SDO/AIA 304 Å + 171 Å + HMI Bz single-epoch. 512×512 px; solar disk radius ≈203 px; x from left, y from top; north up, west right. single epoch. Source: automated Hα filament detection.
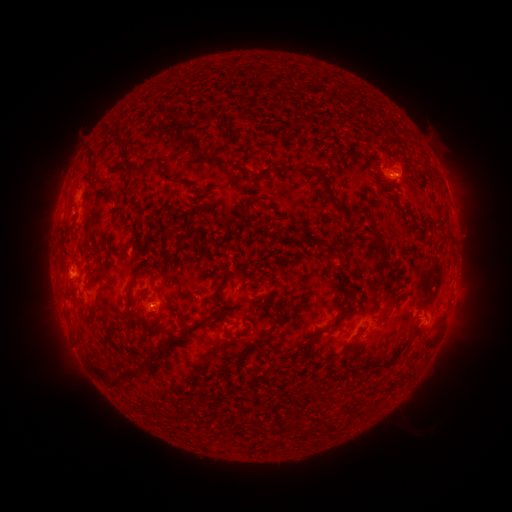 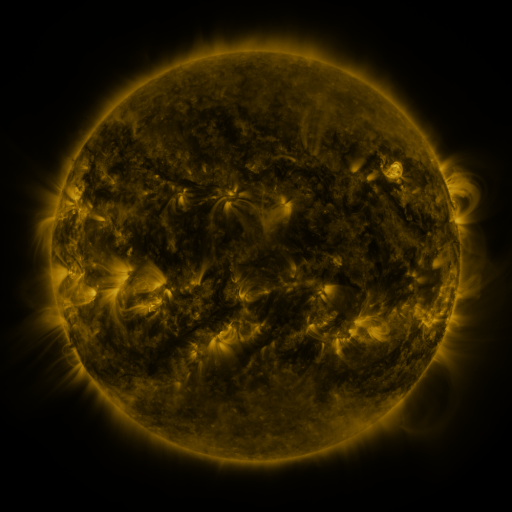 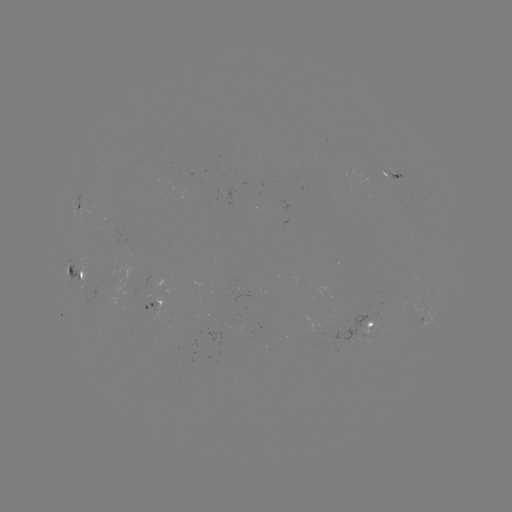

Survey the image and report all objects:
filament: [218, 122, 239, 149]
filament: [111, 133, 134, 165]
filament: [312, 133, 332, 148]
filament: [341, 145, 365, 158]
filament: [85, 150, 94, 174]
filament: [272, 158, 284, 166]
filament: [296, 160, 355, 213]
filament: [122, 165, 148, 178]
filament: [239, 170, 263, 183]
filament: [163, 177, 176, 185]
filament: [180, 181, 195, 189]
filament: [244, 195, 268, 220]
filament: [109, 209, 116, 226]
filament: [430, 209, 441, 223]
filament: [184, 210, 193, 219]
filament: [368, 220, 383, 248]
filament: [196, 236, 205, 244]
filament: [320, 240, 332, 252]
filament: [104, 249, 115, 257]
filament: [377, 254, 386, 263]
filament: [96, 263, 107, 277]
filament: [127, 265, 149, 294]
filament: [167, 279, 236, 351]
filament: [100, 285, 114, 292]
filament: [388, 289, 408, 309]
filament: [141, 293, 149, 303]
filament: [254, 293, 263, 300]
filament: [312, 293, 358, 338]
filament: [91, 305, 100, 316]
filament: [111, 312, 140, 335]
filament: [422, 321, 442, 346]
filament: [156, 322, 171, 336]
filament: [365, 329, 417, 370]
filament: [309, 345, 317, 355]
filament: [95, 367, 144, 390]
filament: [168, 410, 187, 423]
